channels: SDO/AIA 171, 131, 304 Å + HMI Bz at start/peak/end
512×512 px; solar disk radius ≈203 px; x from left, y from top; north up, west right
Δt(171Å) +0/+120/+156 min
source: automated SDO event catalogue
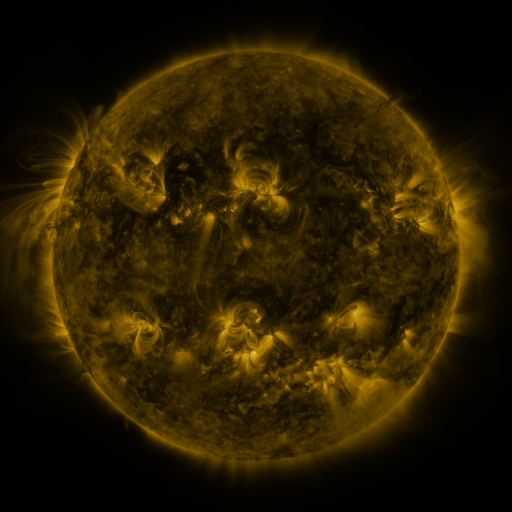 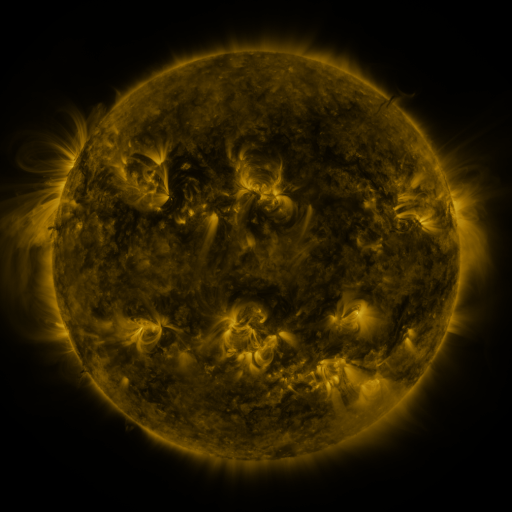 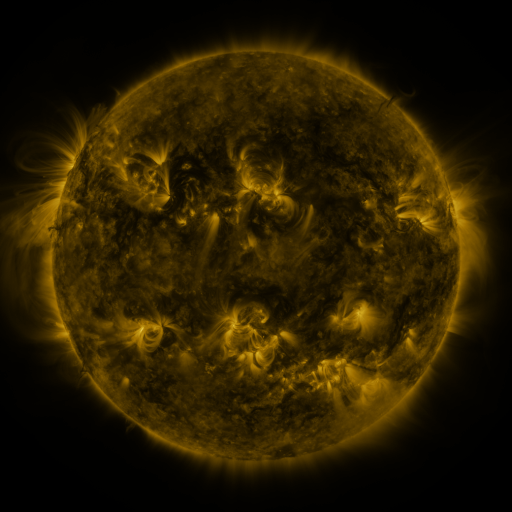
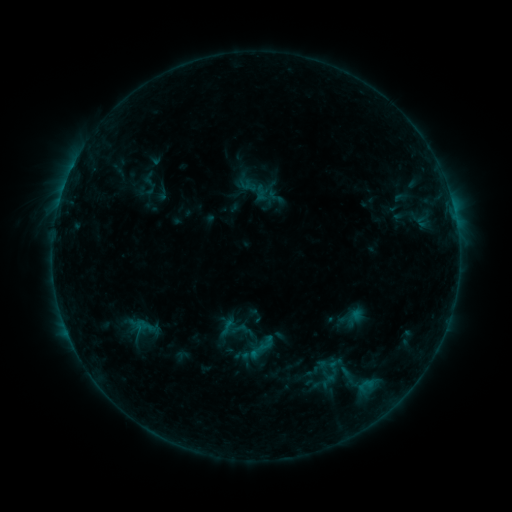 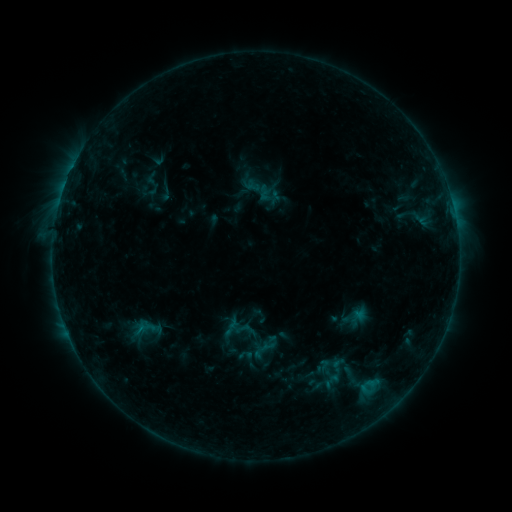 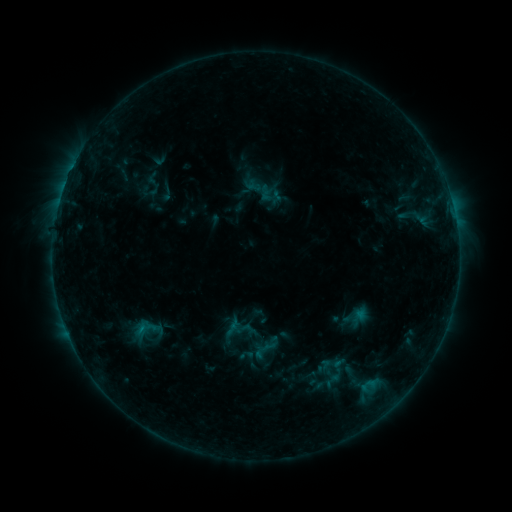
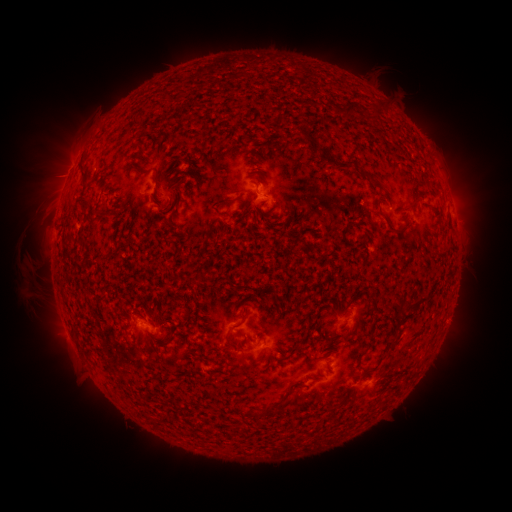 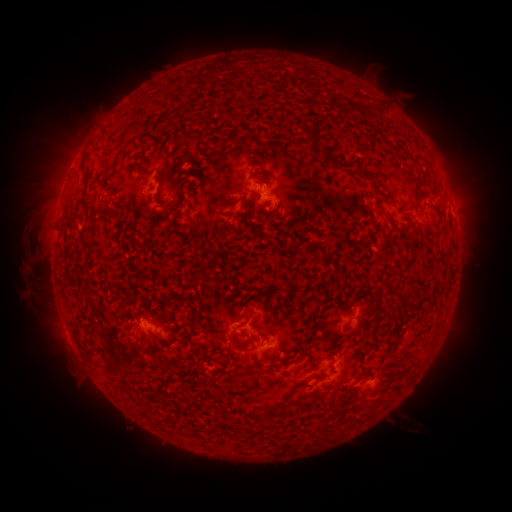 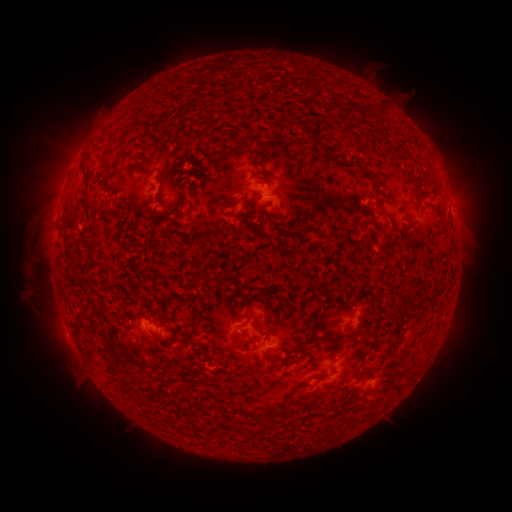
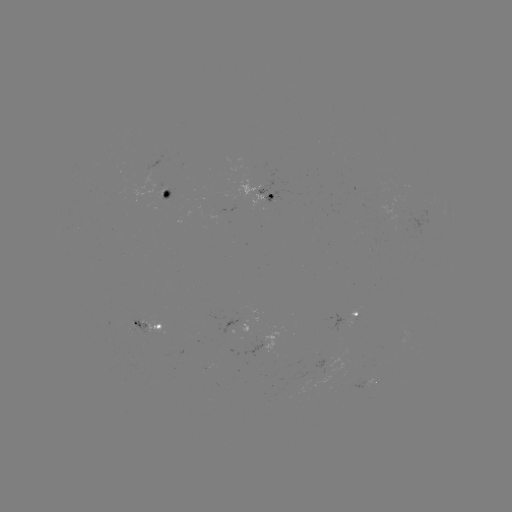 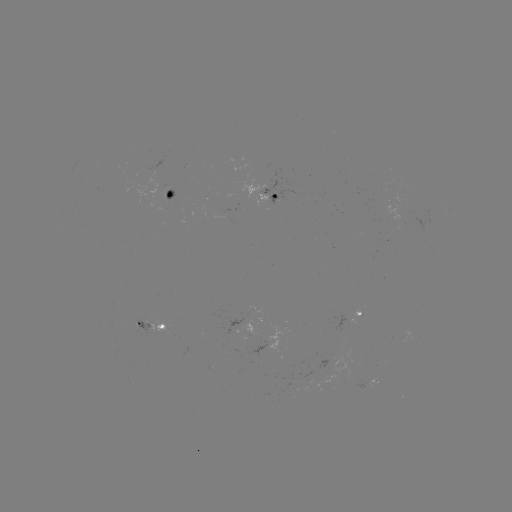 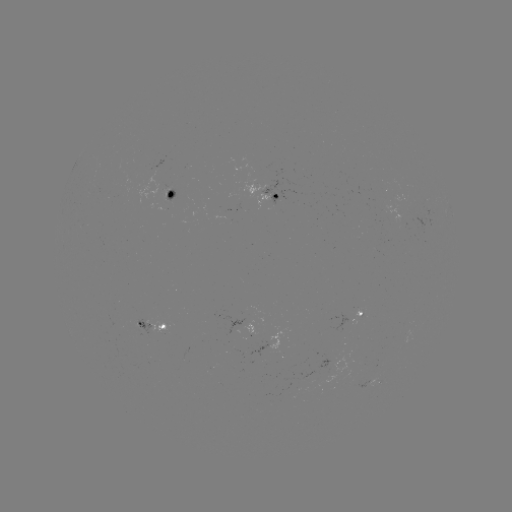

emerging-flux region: <bbox>297, 368, 312, 389</bbox>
